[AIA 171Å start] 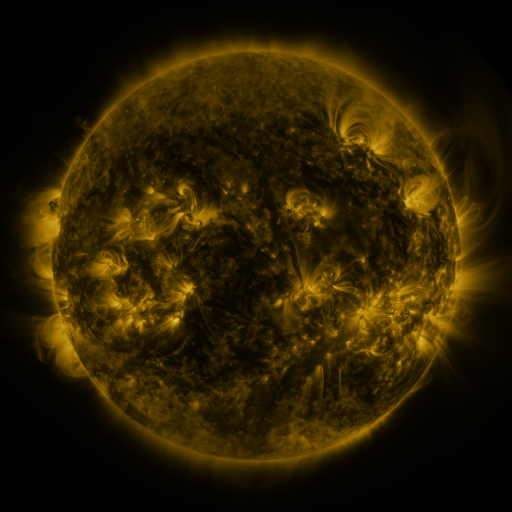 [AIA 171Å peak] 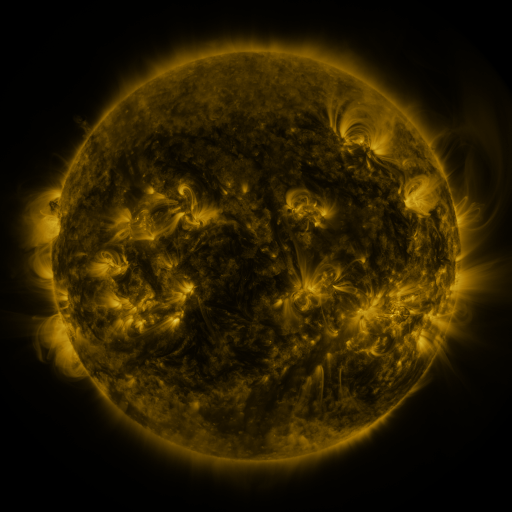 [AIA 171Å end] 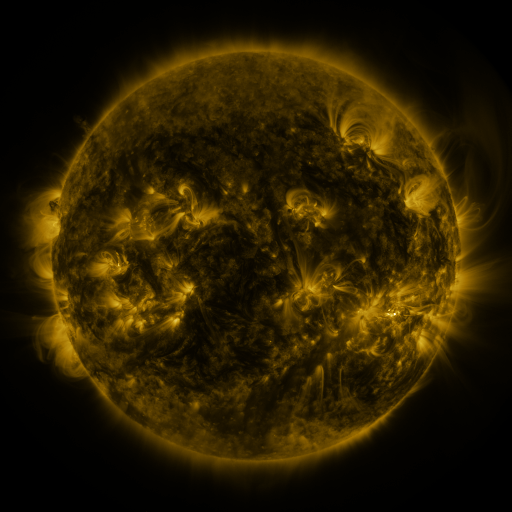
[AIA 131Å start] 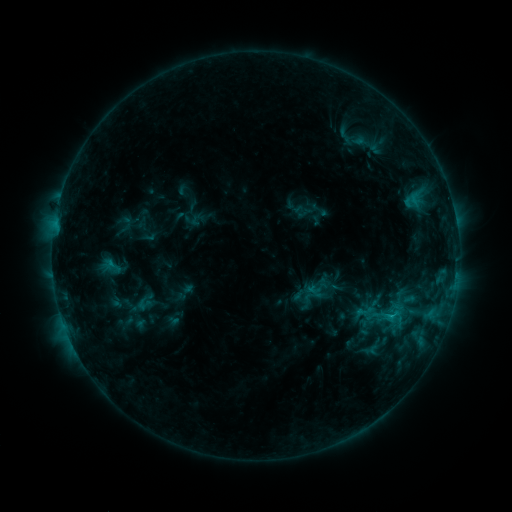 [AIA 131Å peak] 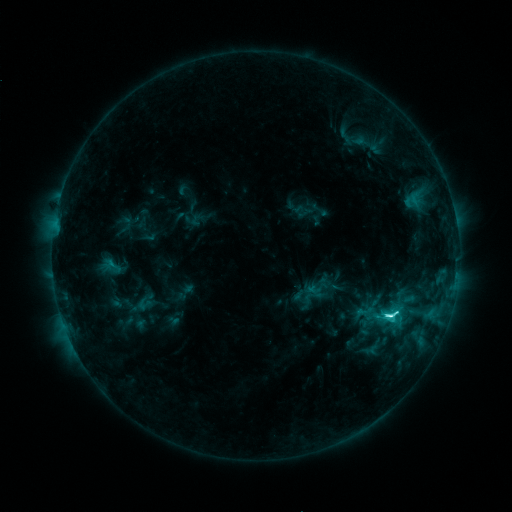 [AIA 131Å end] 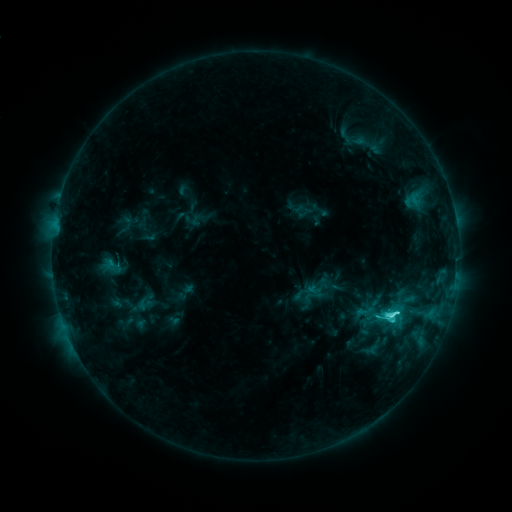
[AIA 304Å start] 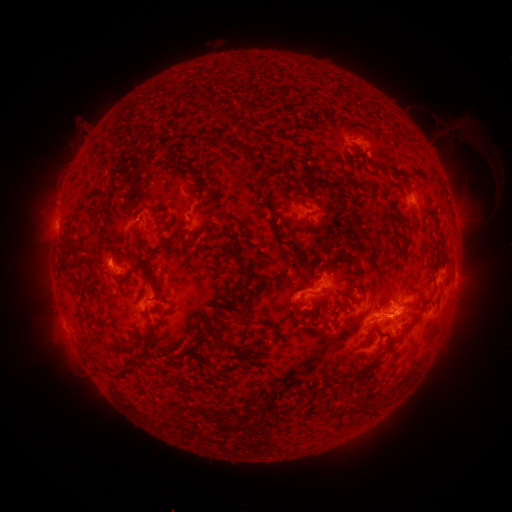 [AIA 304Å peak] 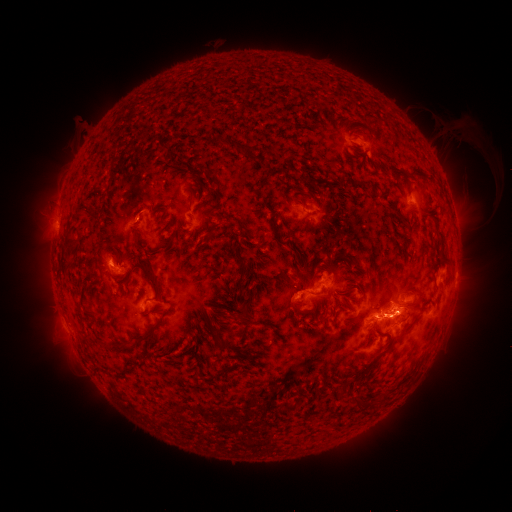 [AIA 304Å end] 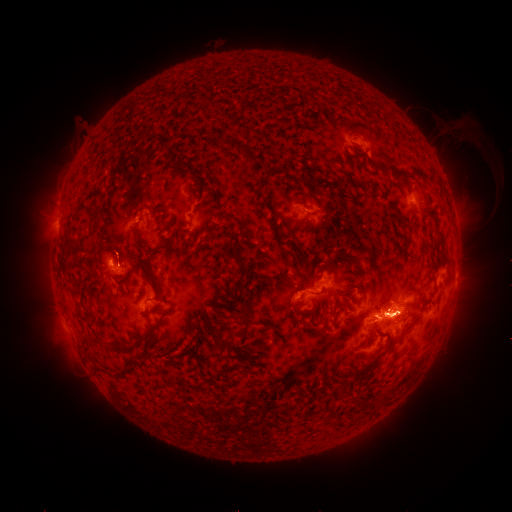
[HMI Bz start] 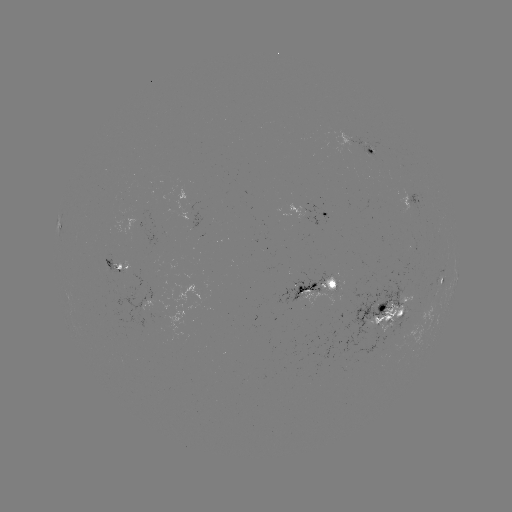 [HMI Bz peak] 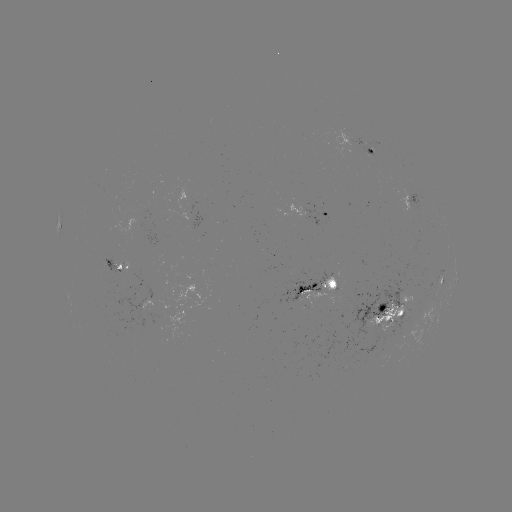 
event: flare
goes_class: C5.6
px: (385, 314)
